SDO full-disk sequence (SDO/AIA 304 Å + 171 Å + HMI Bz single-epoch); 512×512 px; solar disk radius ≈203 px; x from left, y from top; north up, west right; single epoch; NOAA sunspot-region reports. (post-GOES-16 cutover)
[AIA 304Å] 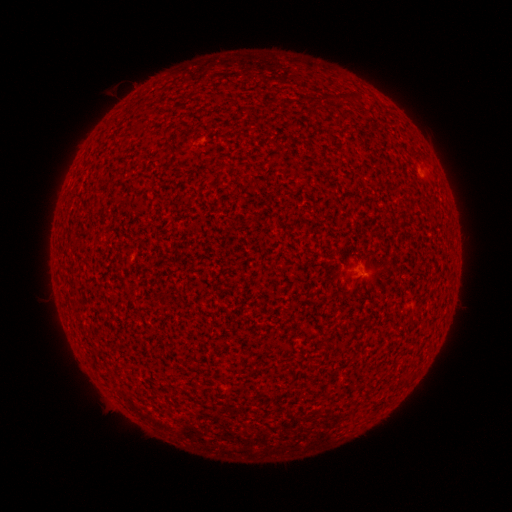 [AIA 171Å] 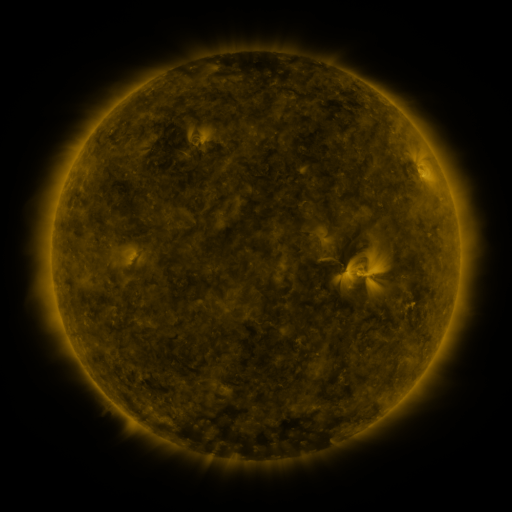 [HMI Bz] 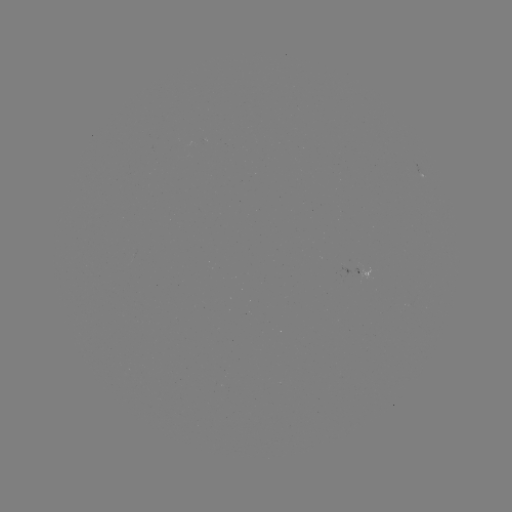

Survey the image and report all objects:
spotted active region: (208, 136)
spotted active region: (419, 170)
spotted active region: (360, 268)
